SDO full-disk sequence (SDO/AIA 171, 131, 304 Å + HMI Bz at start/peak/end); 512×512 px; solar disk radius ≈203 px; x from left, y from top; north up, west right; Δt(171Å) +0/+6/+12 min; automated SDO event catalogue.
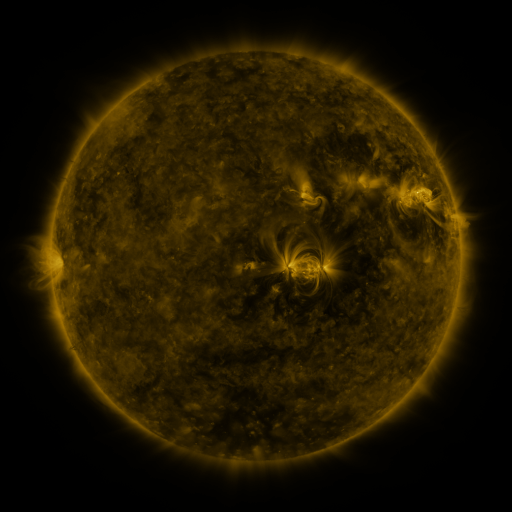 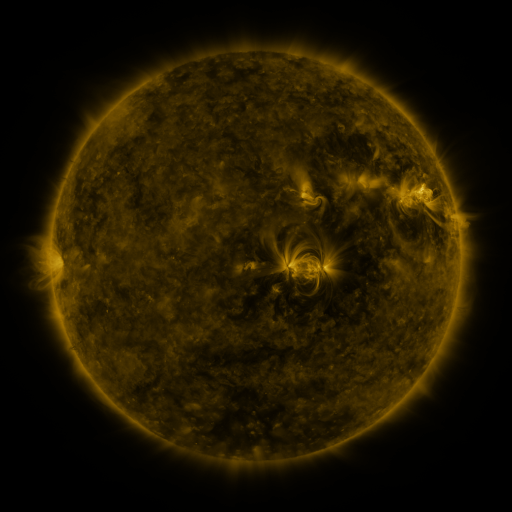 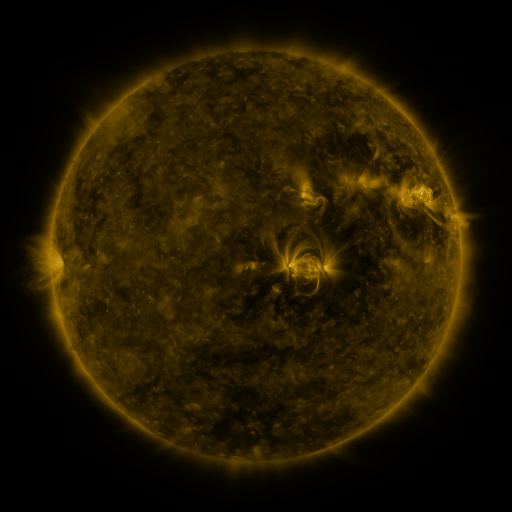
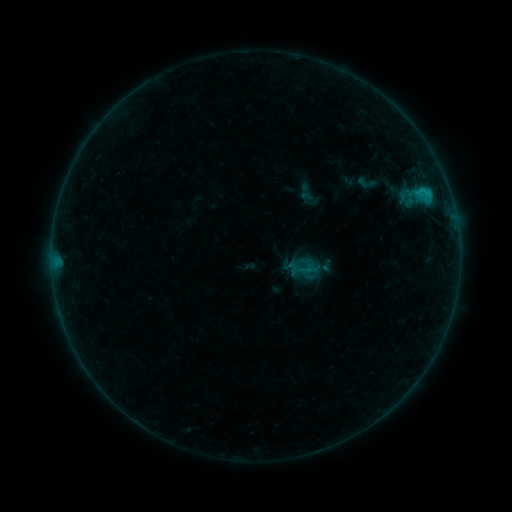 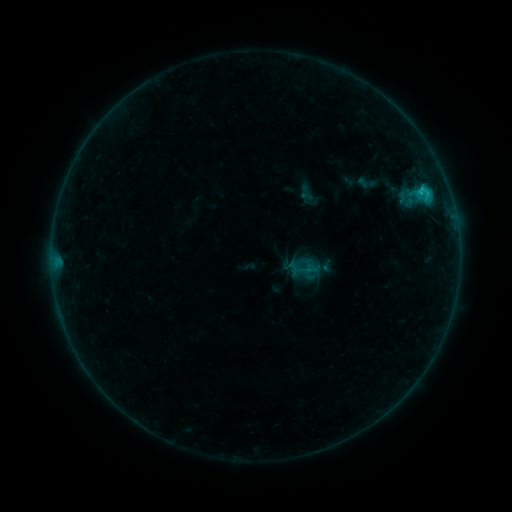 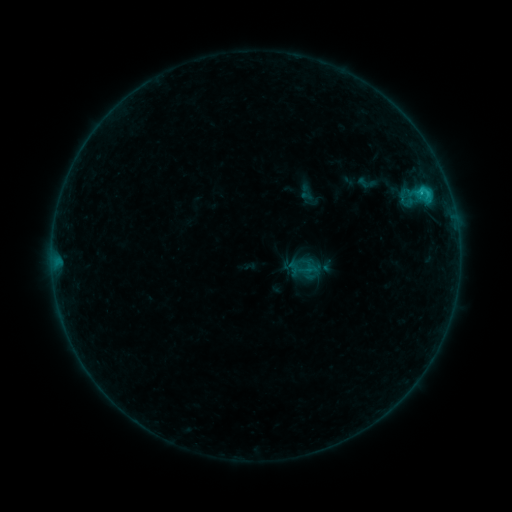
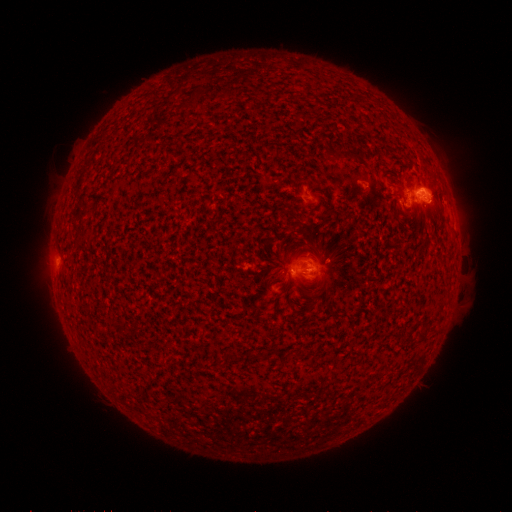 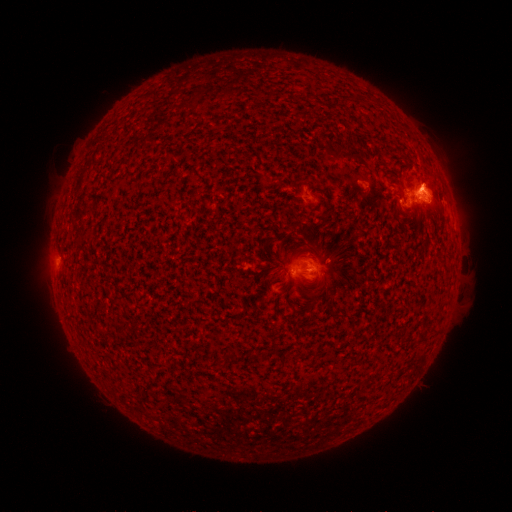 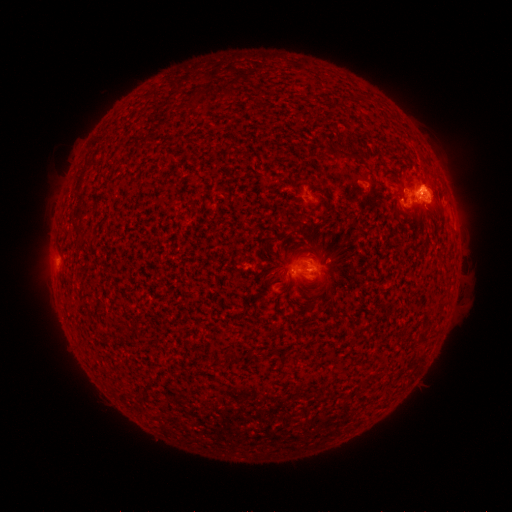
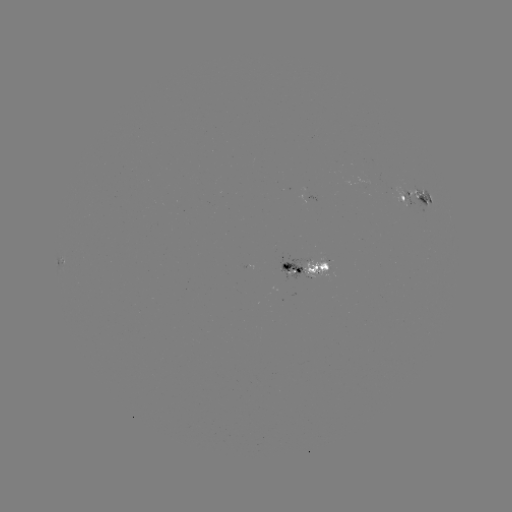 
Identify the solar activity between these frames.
C1.2 flare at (421, 194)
